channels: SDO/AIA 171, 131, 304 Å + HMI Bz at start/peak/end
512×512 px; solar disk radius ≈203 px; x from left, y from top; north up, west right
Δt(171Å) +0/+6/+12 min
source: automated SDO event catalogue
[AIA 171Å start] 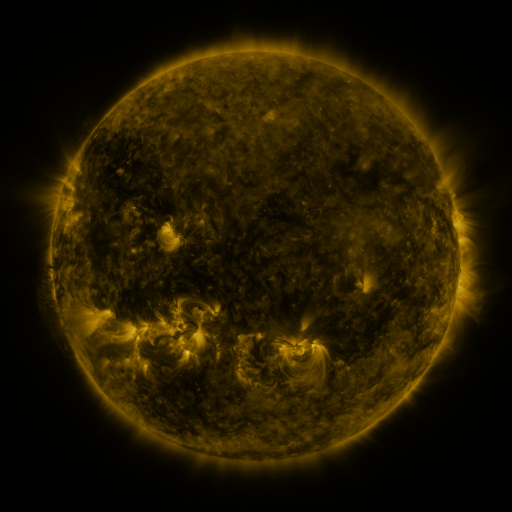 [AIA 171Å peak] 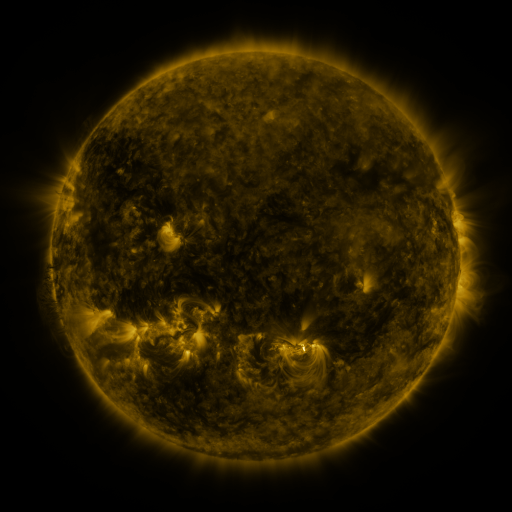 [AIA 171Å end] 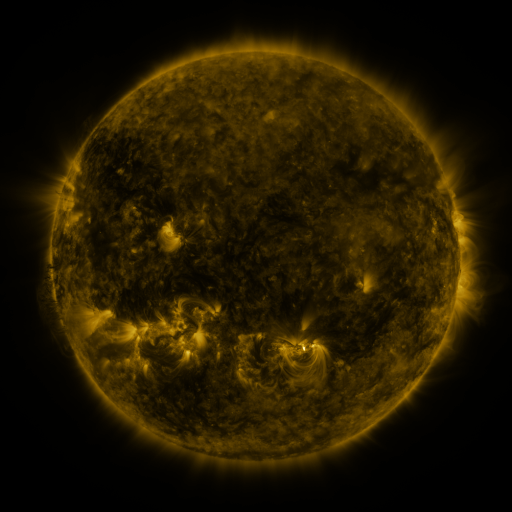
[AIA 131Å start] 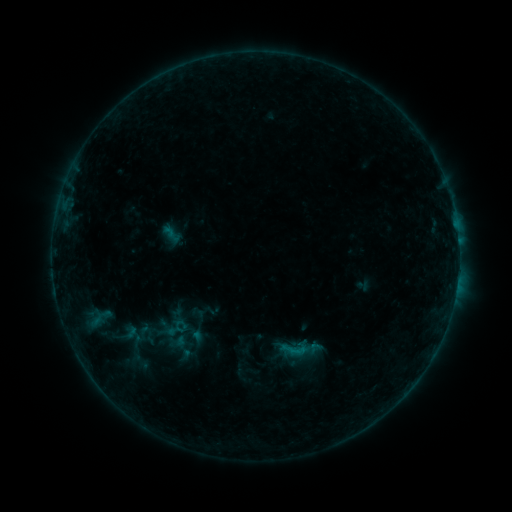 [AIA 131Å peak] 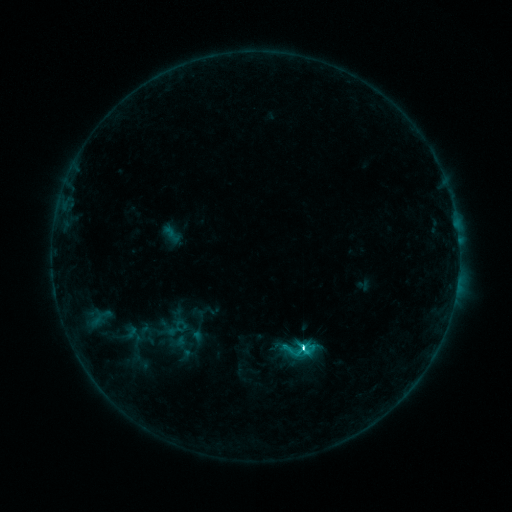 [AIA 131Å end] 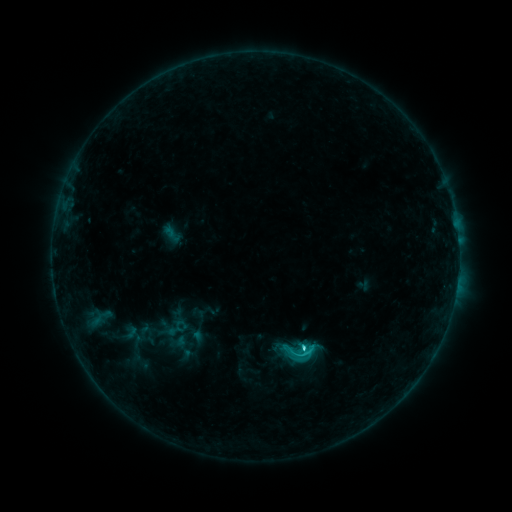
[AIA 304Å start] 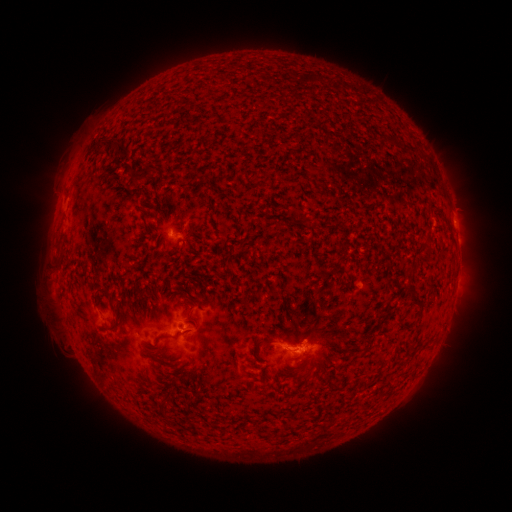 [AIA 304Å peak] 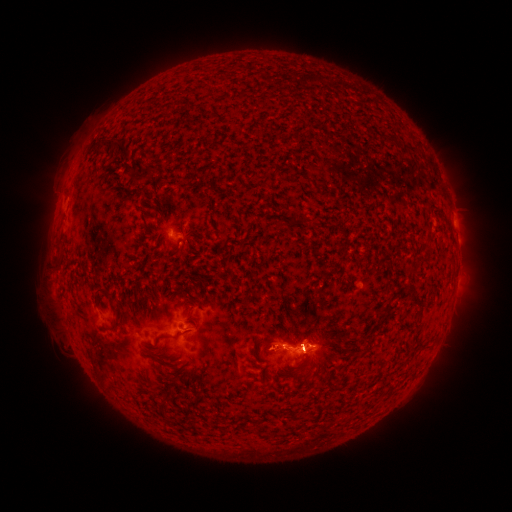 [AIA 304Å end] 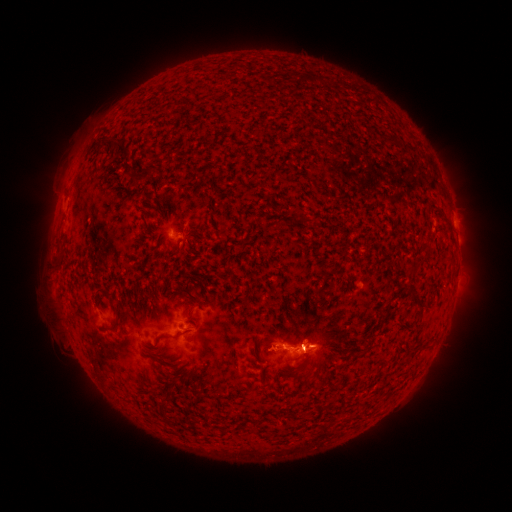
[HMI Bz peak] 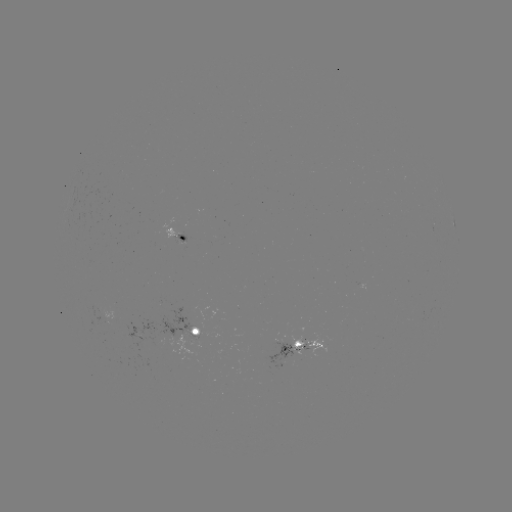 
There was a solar flare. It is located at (302, 348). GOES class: C3.9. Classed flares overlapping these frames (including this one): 1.